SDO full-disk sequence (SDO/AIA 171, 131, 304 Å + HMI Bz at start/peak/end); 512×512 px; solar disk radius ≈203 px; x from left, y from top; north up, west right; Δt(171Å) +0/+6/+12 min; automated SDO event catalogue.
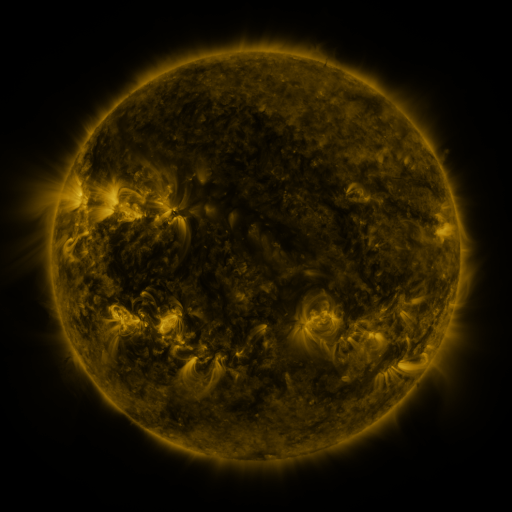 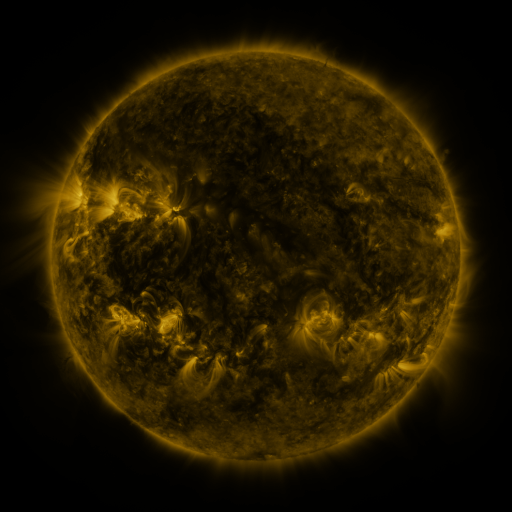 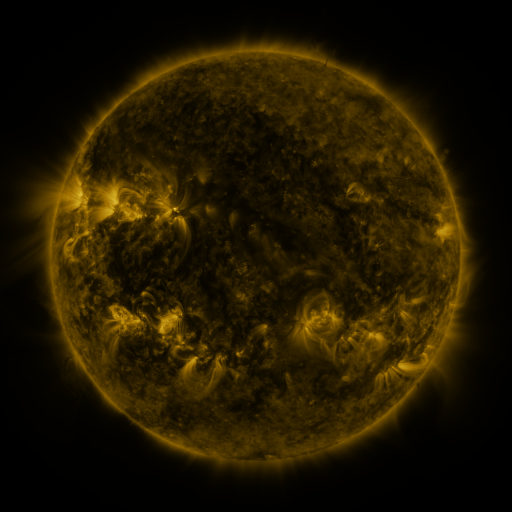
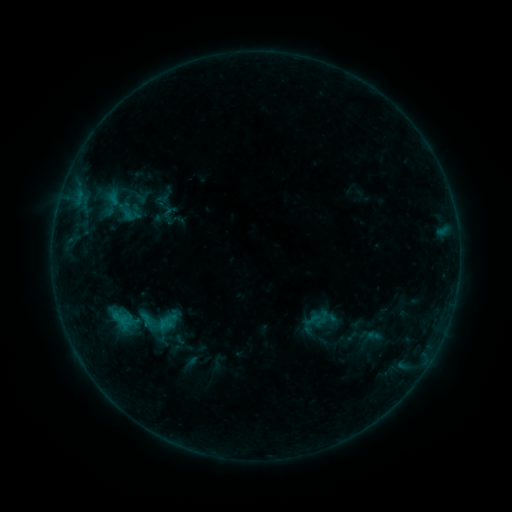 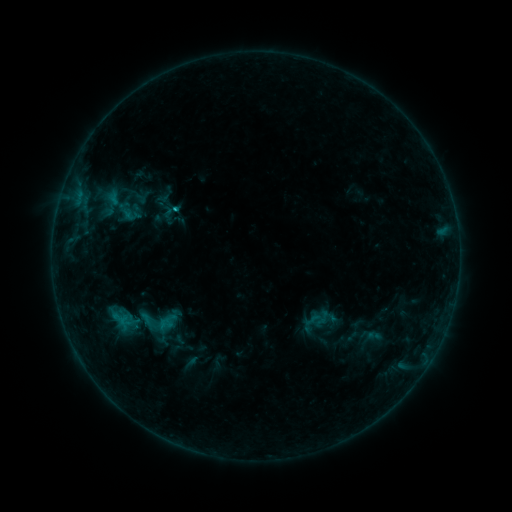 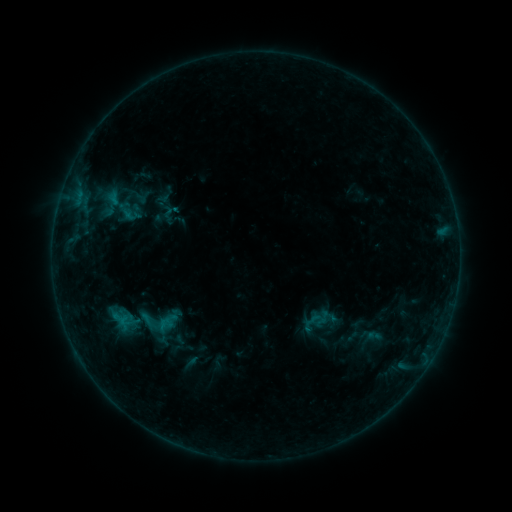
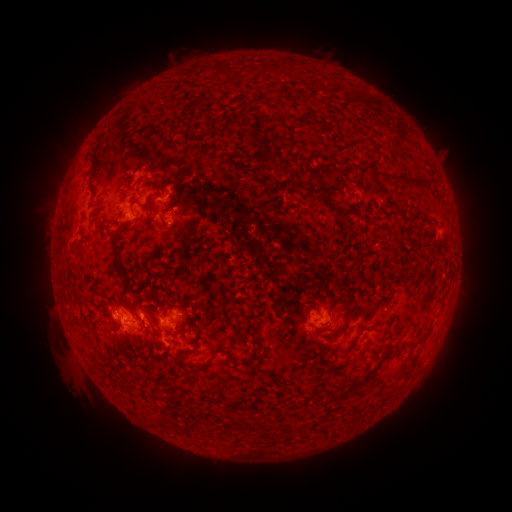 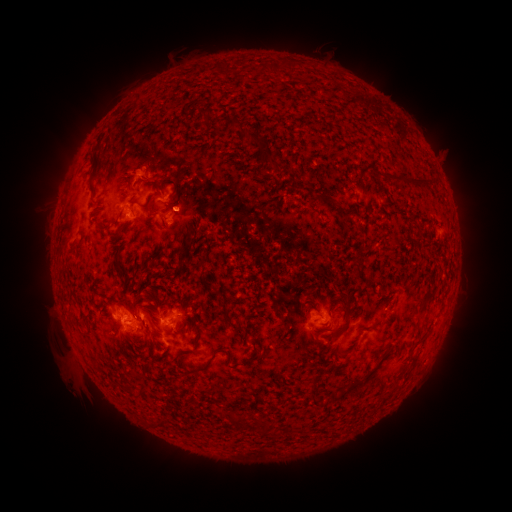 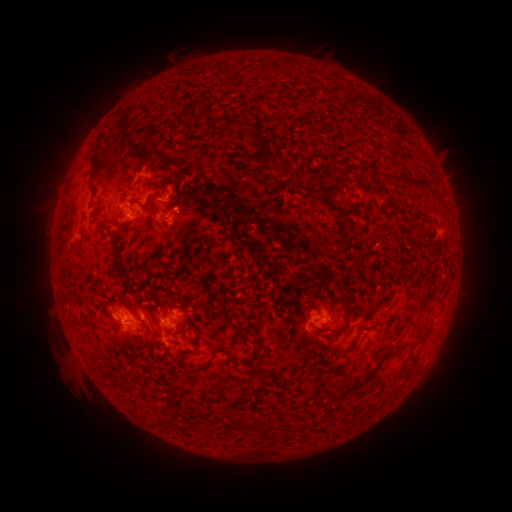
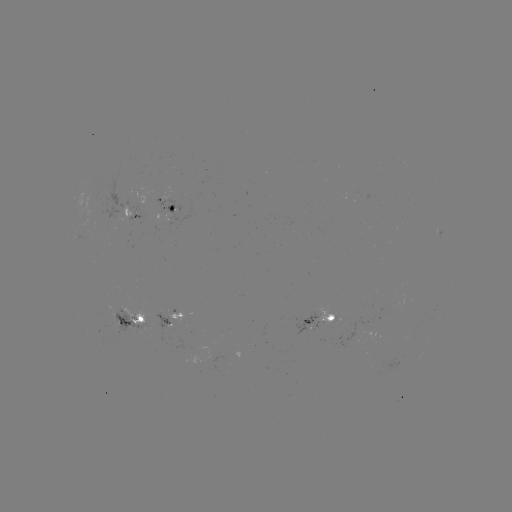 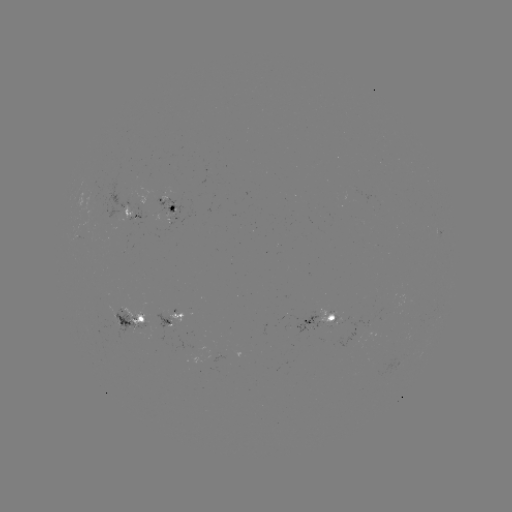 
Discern eruption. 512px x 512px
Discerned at [188, 205].